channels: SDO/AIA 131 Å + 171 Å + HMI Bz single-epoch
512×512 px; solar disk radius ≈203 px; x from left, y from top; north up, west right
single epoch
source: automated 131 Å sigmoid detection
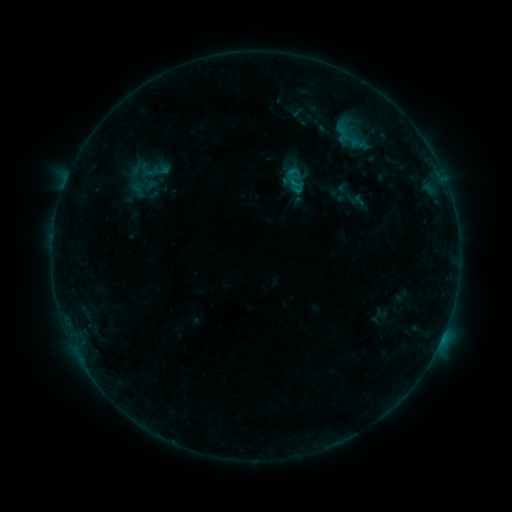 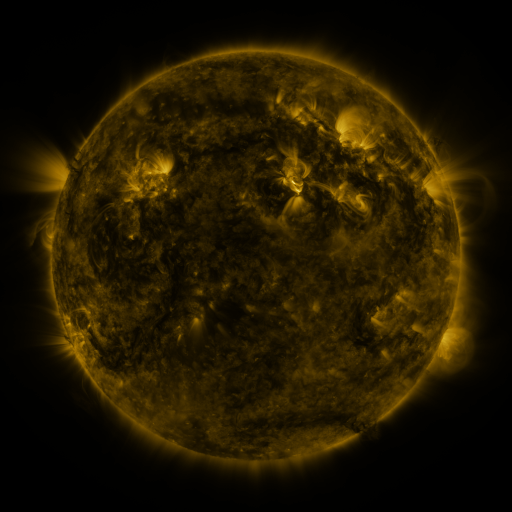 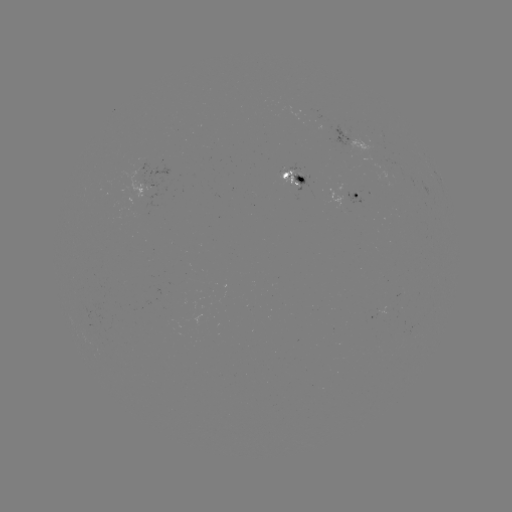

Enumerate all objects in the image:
sigmoid: (358, 143)
sigmoid: (296, 179)
